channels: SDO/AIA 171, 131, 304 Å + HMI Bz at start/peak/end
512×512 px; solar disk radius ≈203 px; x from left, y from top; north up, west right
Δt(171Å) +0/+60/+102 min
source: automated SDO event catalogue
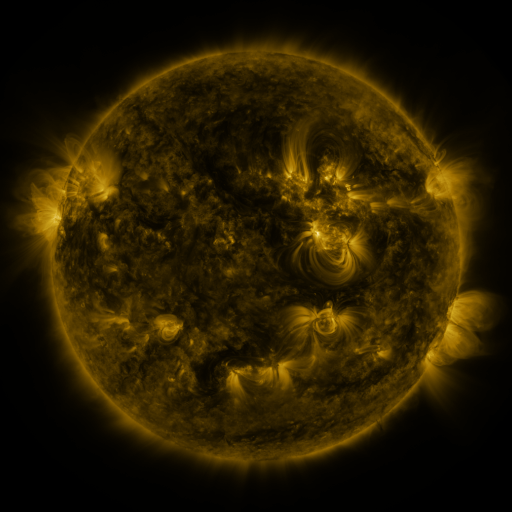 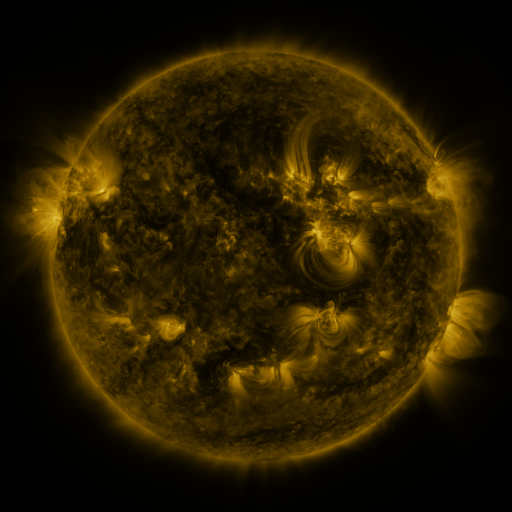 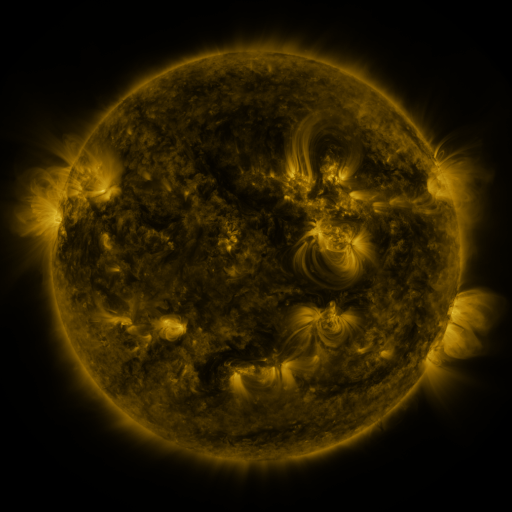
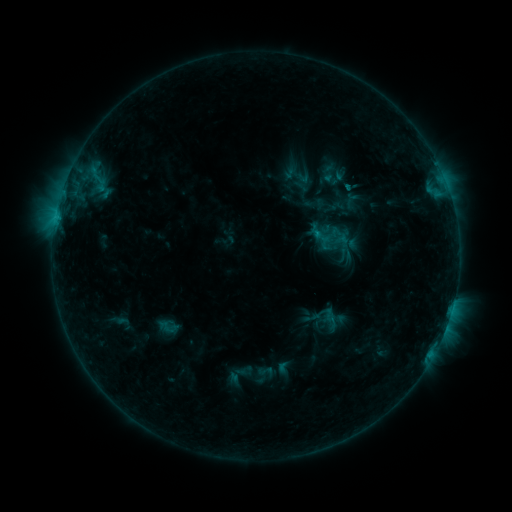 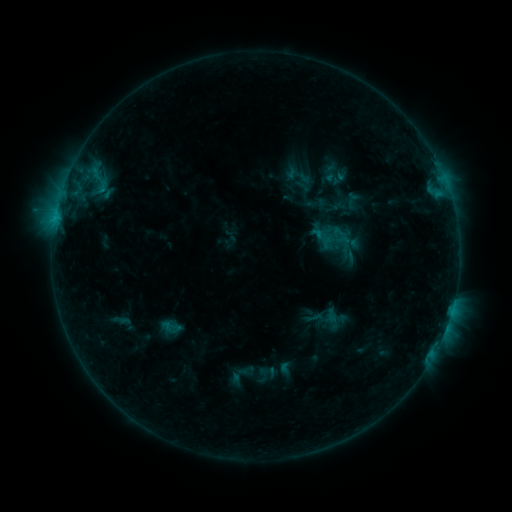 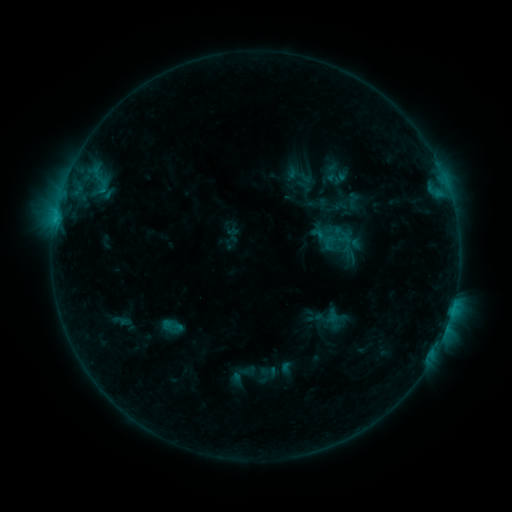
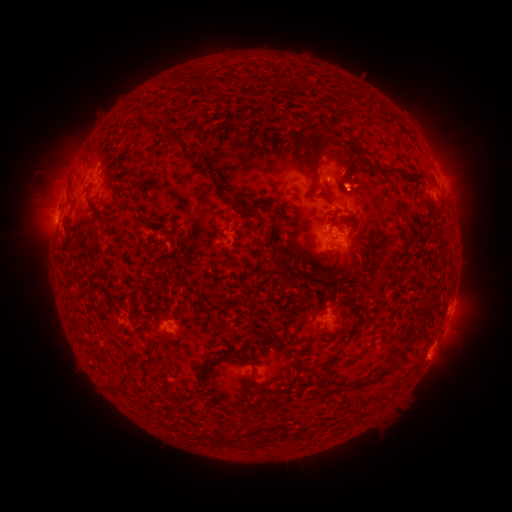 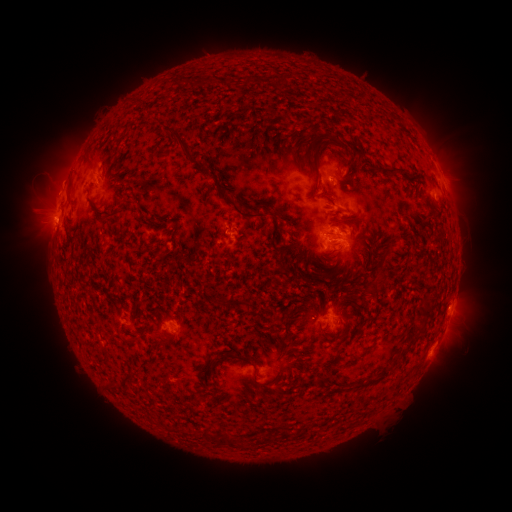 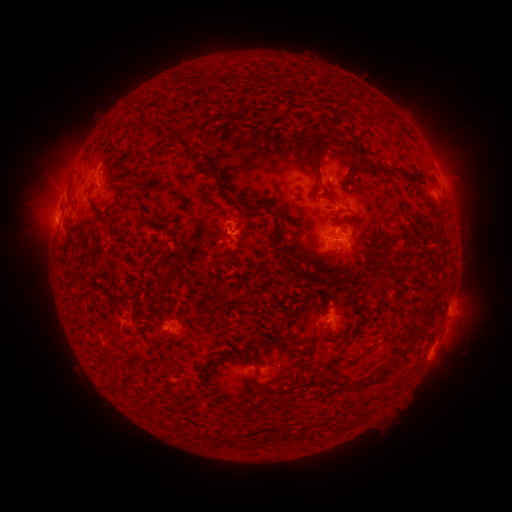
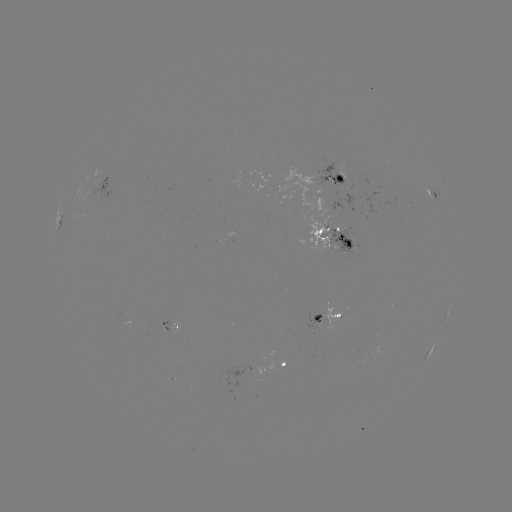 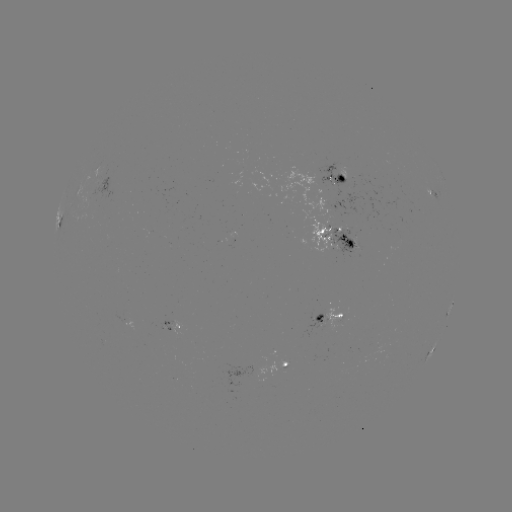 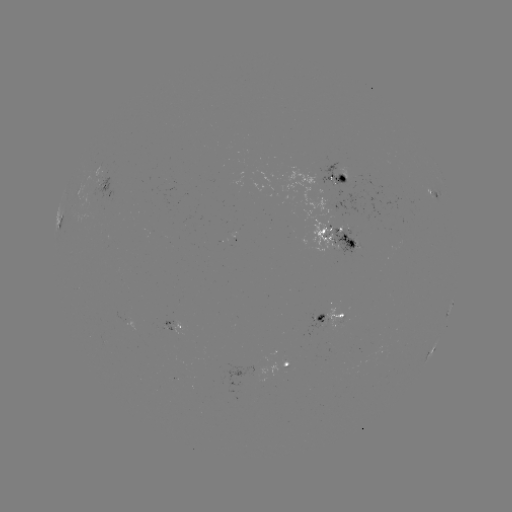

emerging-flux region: [349, 231, 360, 239]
